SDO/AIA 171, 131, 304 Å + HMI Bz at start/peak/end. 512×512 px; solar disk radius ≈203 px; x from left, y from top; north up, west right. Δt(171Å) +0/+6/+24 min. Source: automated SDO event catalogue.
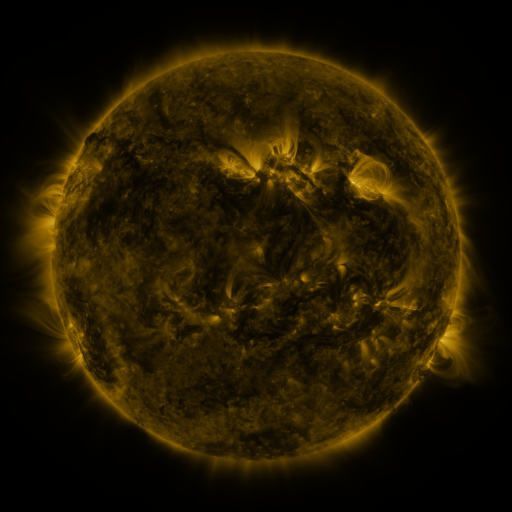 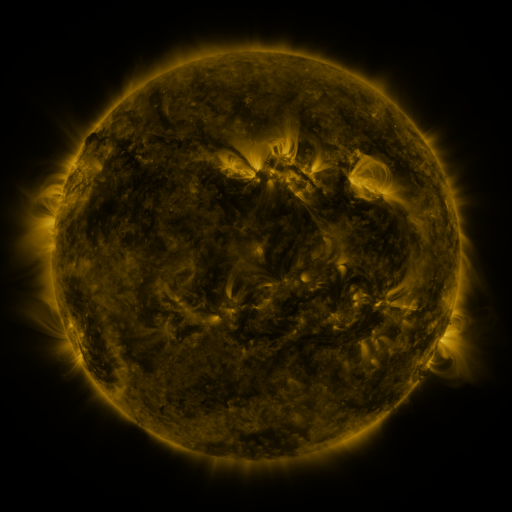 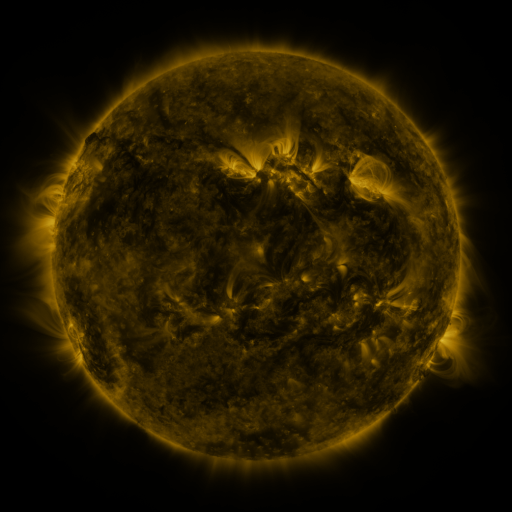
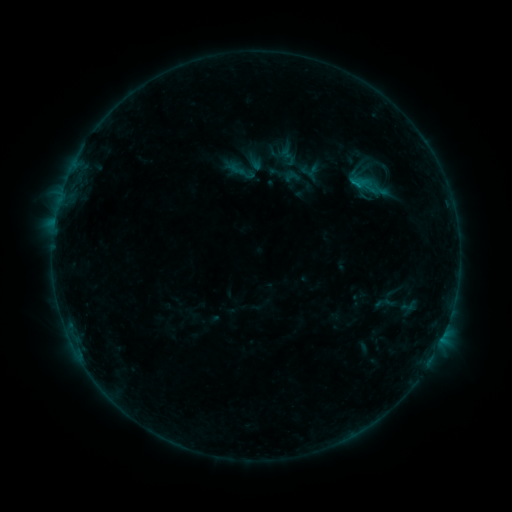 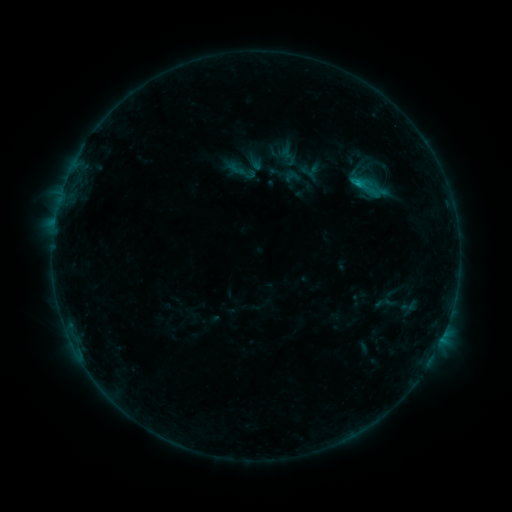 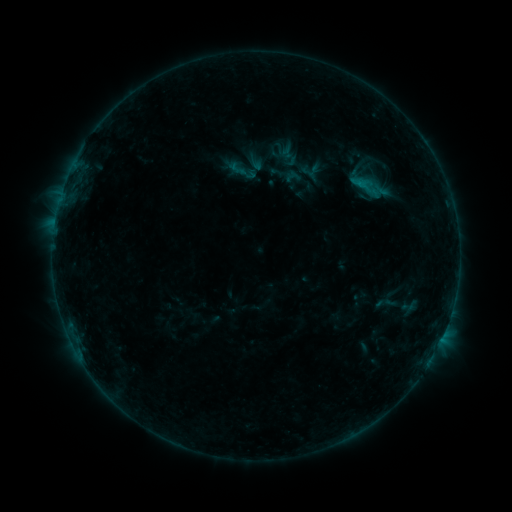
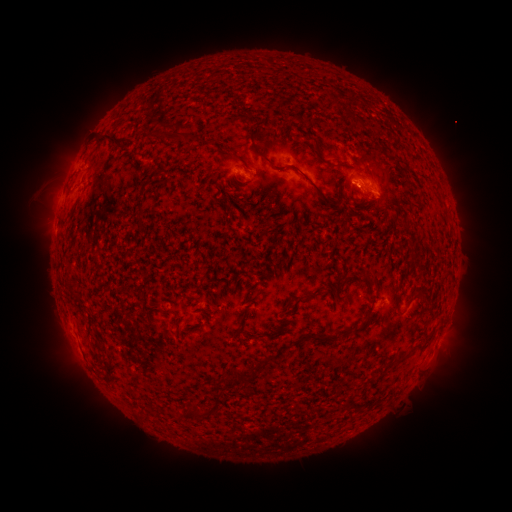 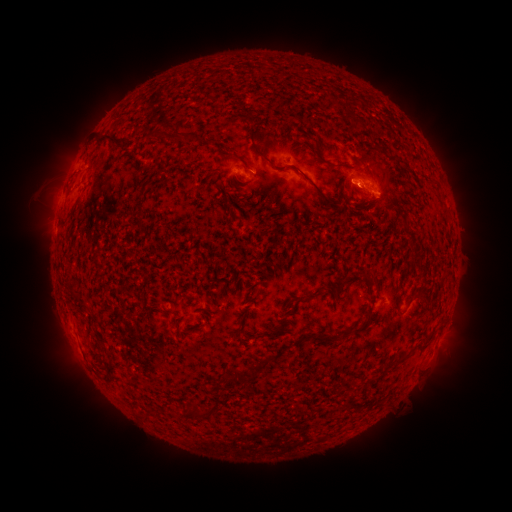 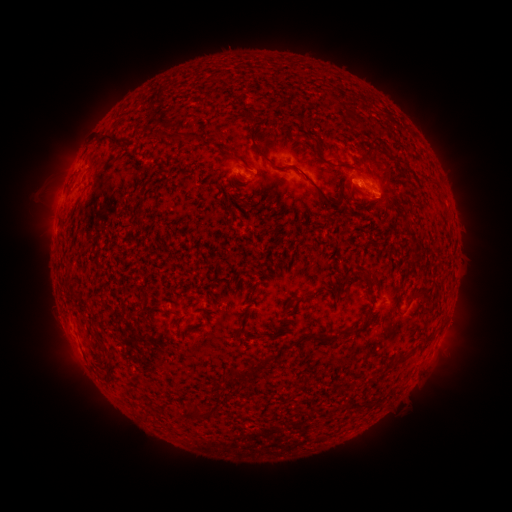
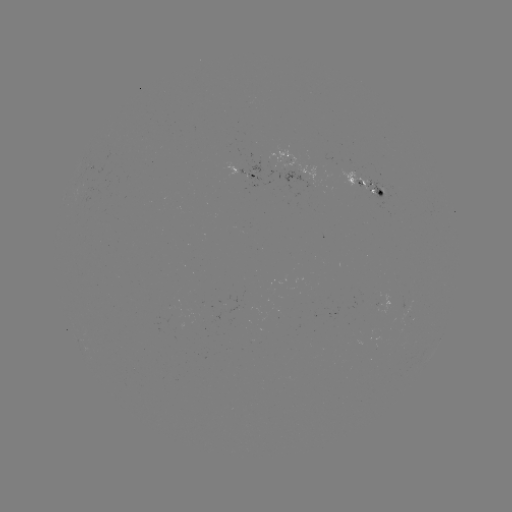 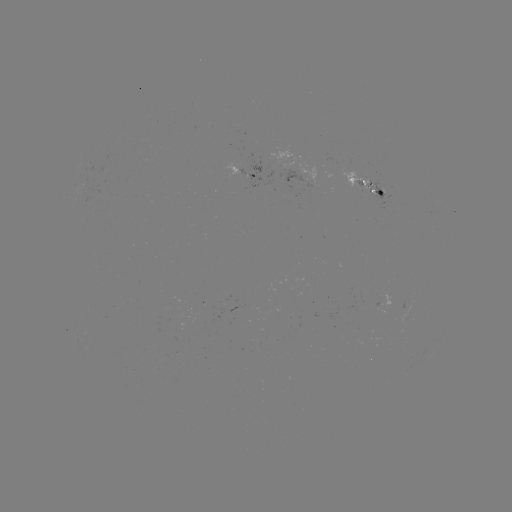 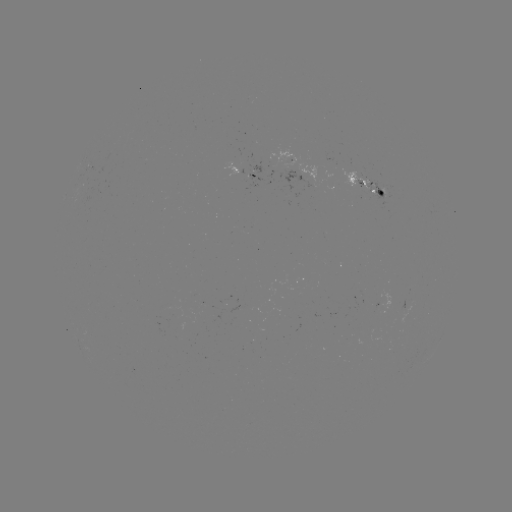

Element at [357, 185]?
B5.7 flare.